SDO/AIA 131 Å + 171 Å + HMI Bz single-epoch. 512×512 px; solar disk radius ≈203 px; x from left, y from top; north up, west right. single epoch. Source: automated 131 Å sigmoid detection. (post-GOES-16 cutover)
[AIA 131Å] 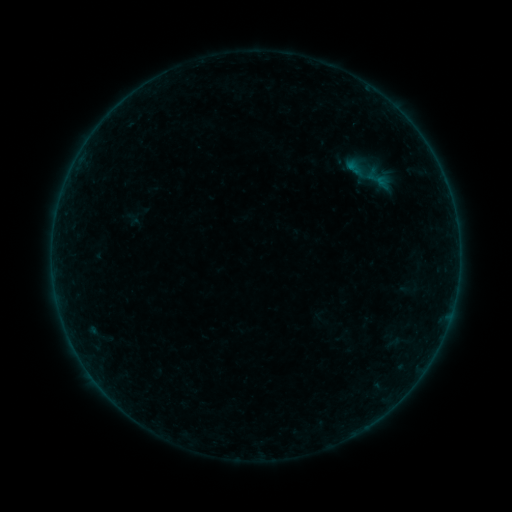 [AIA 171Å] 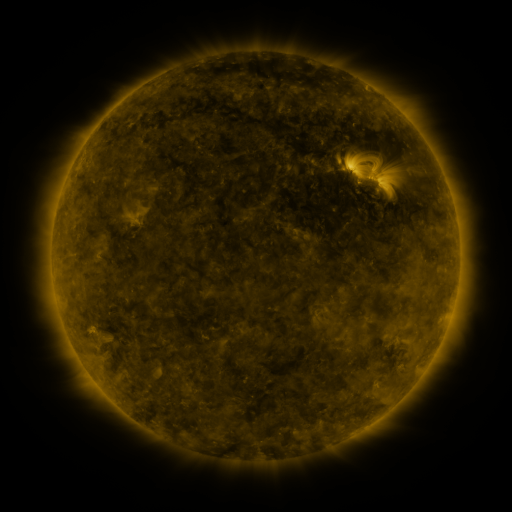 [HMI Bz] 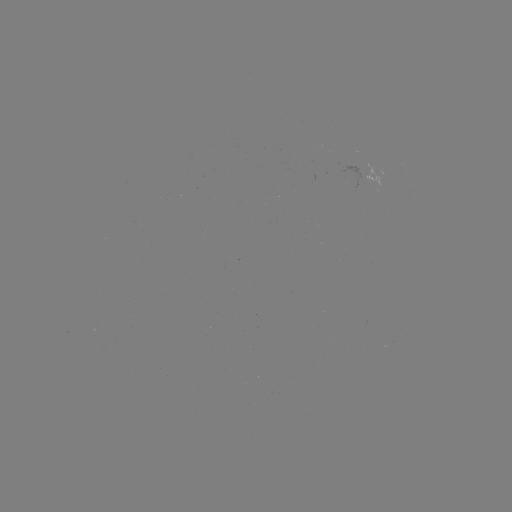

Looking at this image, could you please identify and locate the sigmoid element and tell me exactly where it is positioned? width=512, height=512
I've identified sigmoid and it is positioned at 379,180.